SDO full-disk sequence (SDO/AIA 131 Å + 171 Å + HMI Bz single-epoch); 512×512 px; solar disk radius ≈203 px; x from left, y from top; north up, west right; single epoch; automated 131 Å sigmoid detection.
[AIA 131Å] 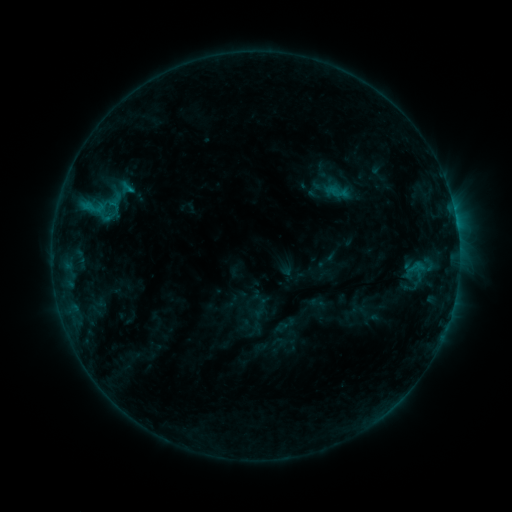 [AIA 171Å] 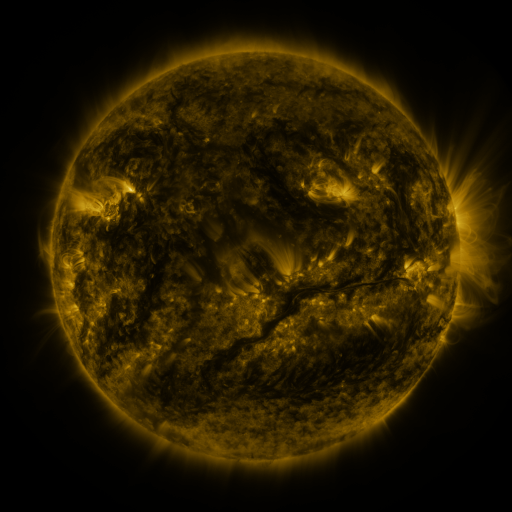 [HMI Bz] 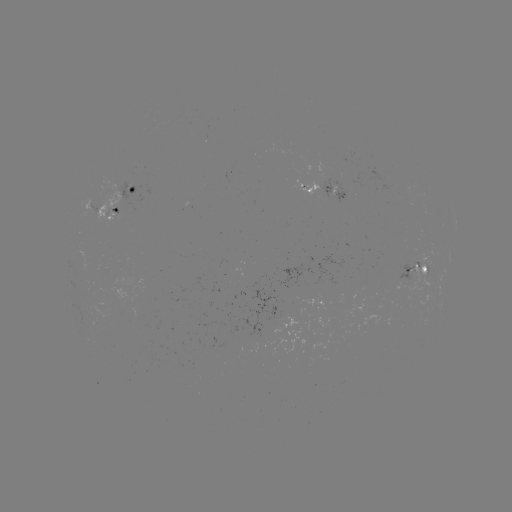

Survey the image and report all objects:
sigmoid: [105, 199, 125, 219]
